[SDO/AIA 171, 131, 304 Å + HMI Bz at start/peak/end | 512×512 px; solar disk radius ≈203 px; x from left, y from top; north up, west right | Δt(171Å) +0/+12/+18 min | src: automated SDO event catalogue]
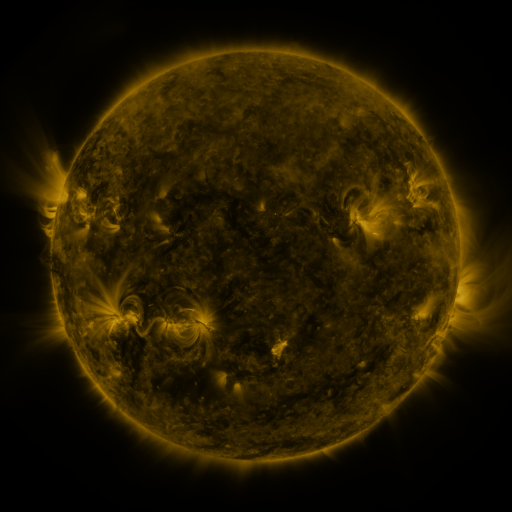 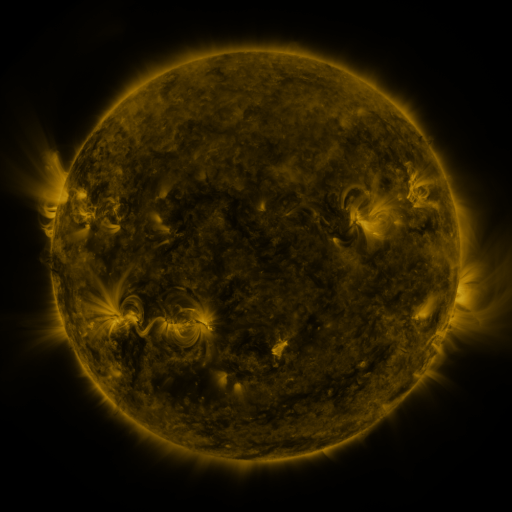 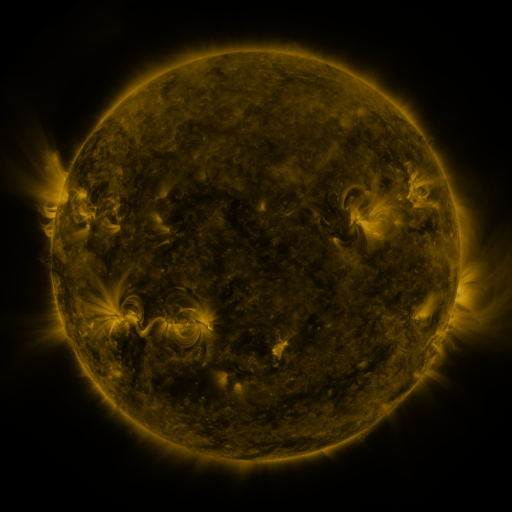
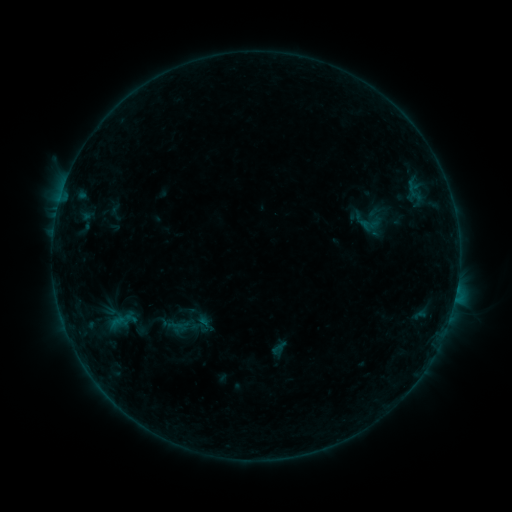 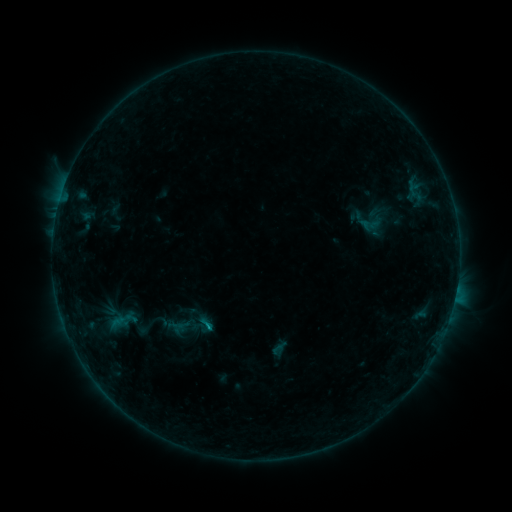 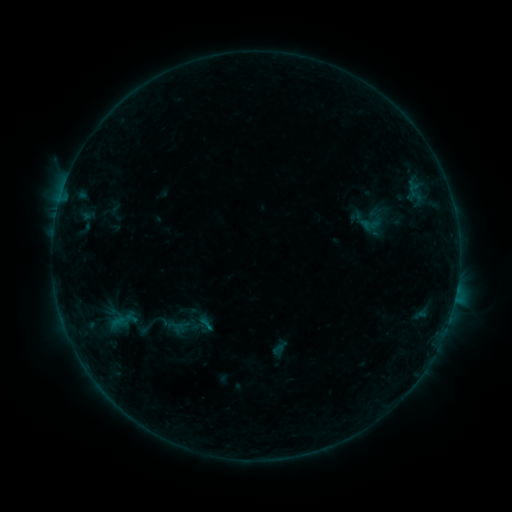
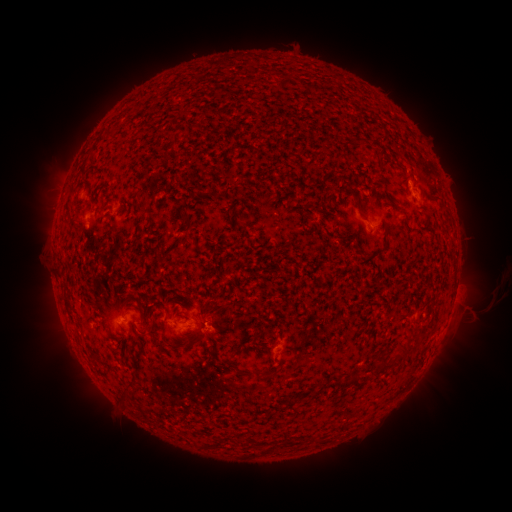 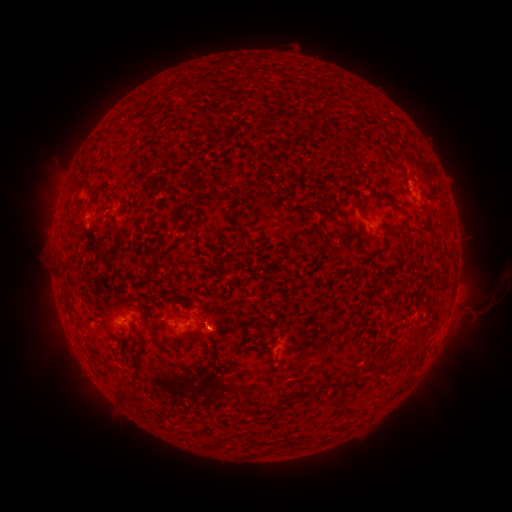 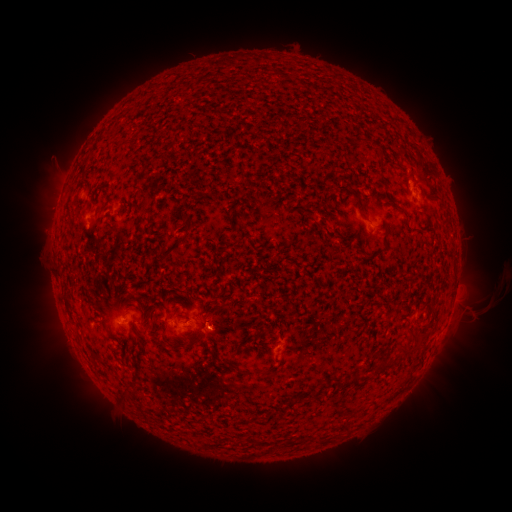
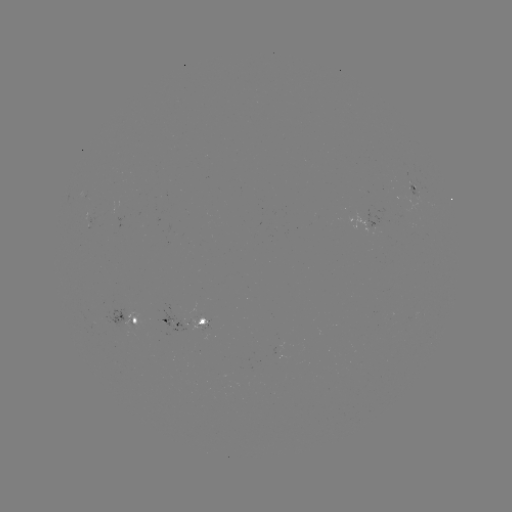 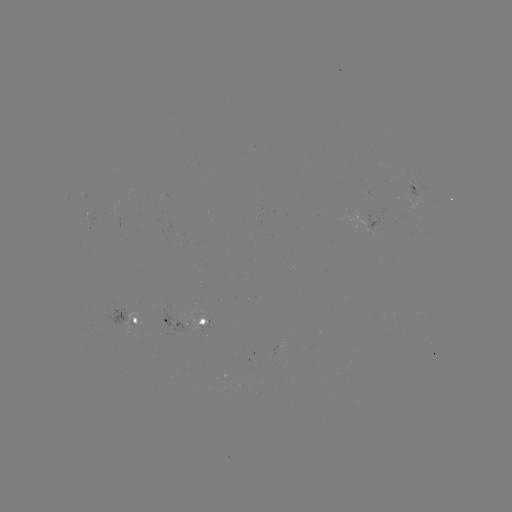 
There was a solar flare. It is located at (211, 325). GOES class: B3.9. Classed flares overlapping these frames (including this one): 1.